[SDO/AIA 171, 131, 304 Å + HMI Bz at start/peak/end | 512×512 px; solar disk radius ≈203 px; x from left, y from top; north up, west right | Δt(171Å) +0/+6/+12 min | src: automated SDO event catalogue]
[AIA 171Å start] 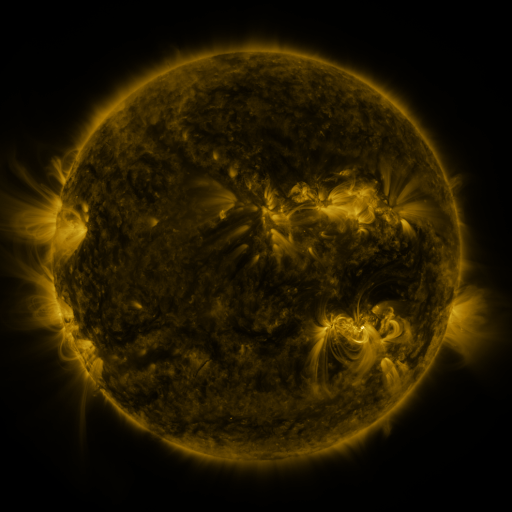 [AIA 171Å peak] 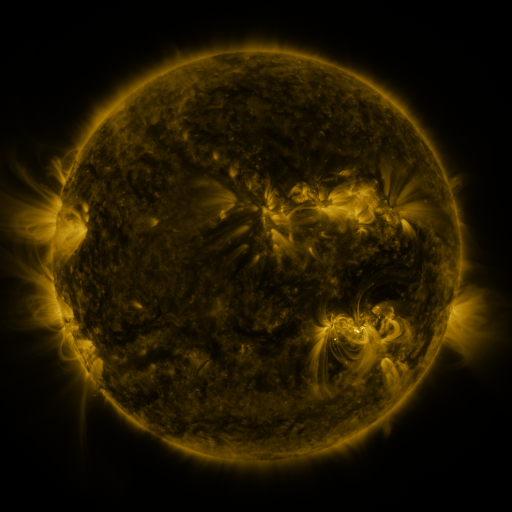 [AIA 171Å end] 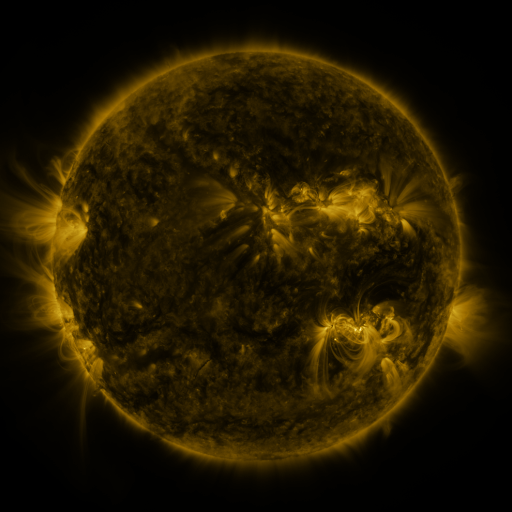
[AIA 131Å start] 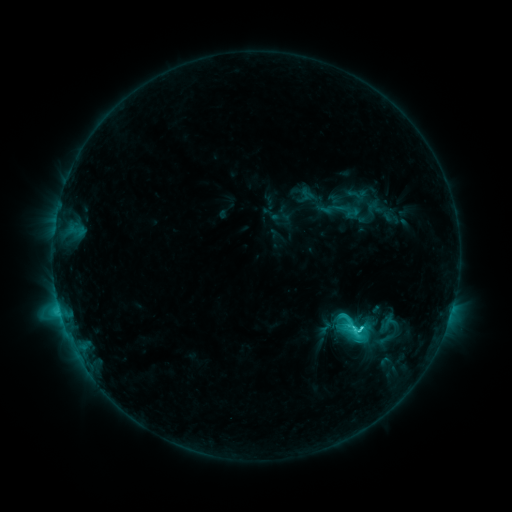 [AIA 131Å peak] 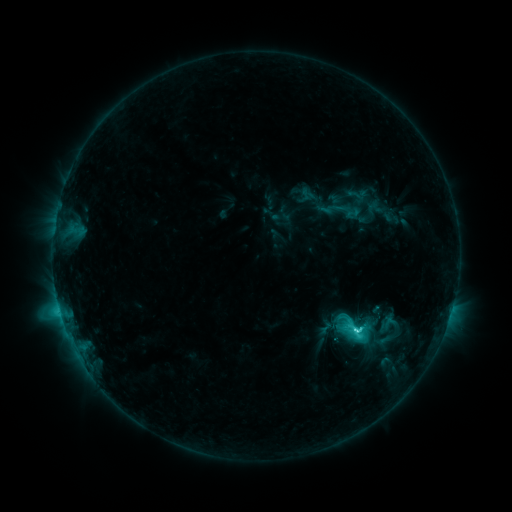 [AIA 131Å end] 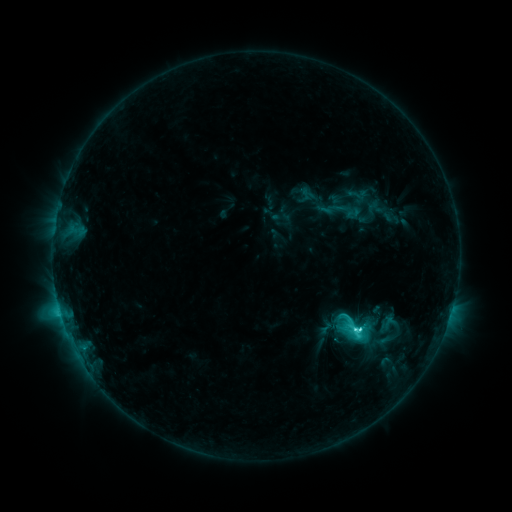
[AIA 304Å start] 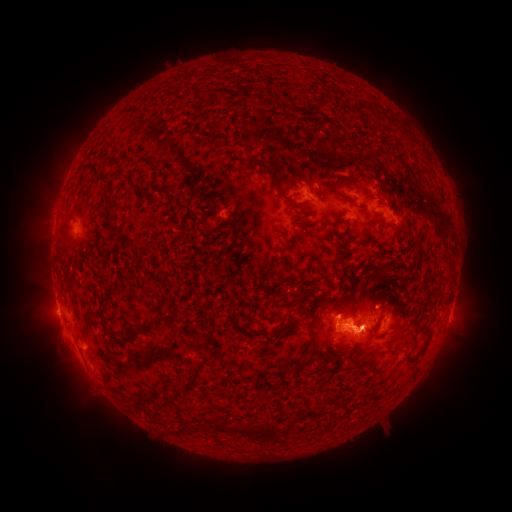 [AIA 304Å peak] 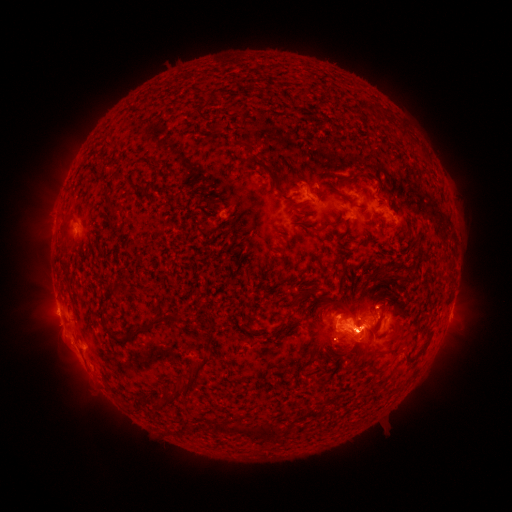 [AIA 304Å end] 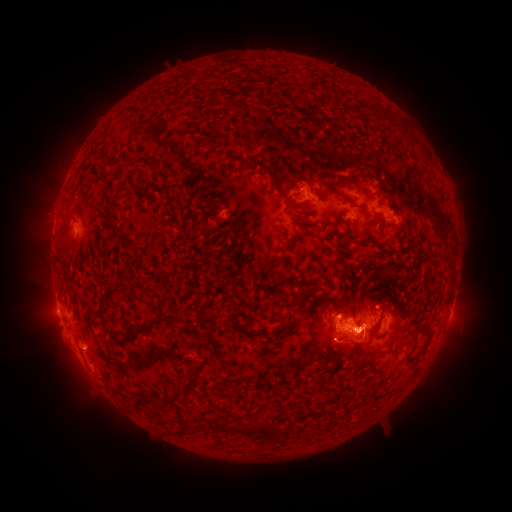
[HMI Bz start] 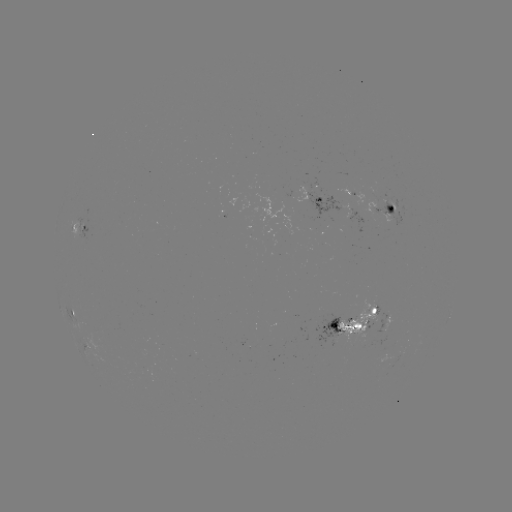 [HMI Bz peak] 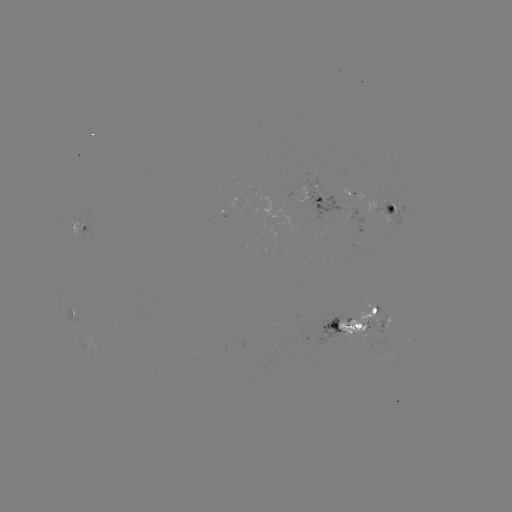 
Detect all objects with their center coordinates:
C5.8 flare: (352, 328)
